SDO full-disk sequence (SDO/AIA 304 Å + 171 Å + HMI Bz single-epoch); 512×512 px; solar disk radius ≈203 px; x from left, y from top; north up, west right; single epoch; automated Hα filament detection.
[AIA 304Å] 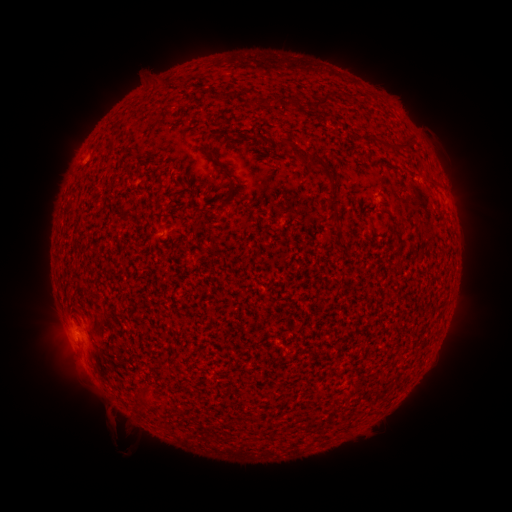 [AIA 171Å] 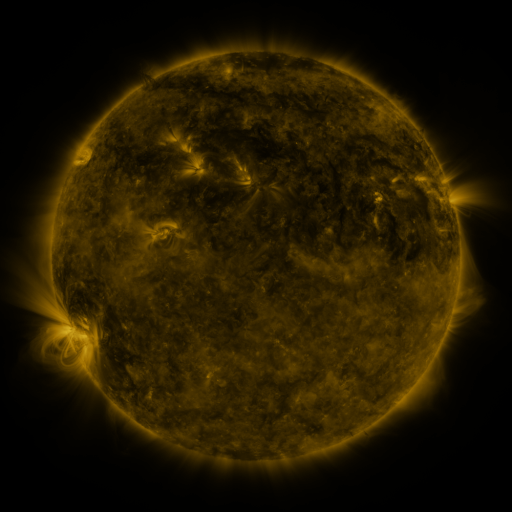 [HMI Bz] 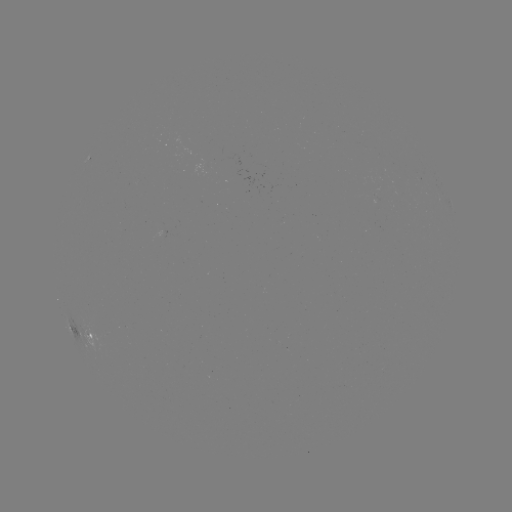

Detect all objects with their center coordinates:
filament: (252, 102)
filament: (271, 102)
filament: (323, 104)
filament: (297, 105)
filament: (264, 137)
filament: (288, 142)
filament: (409, 144)
filament: (396, 149)
filament: (217, 163)
filament: (319, 163)
filament: (234, 191)
filament: (331, 211)
filament: (398, 239)
